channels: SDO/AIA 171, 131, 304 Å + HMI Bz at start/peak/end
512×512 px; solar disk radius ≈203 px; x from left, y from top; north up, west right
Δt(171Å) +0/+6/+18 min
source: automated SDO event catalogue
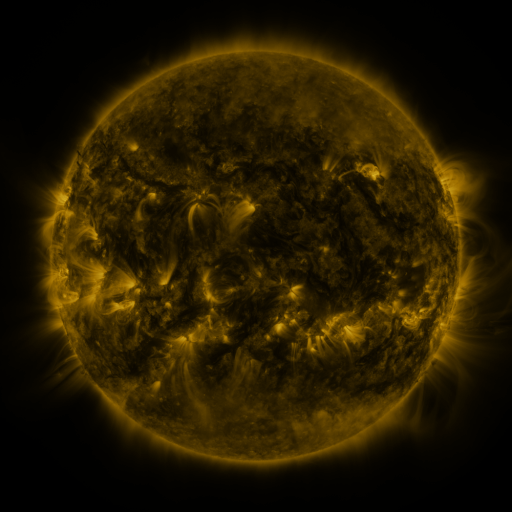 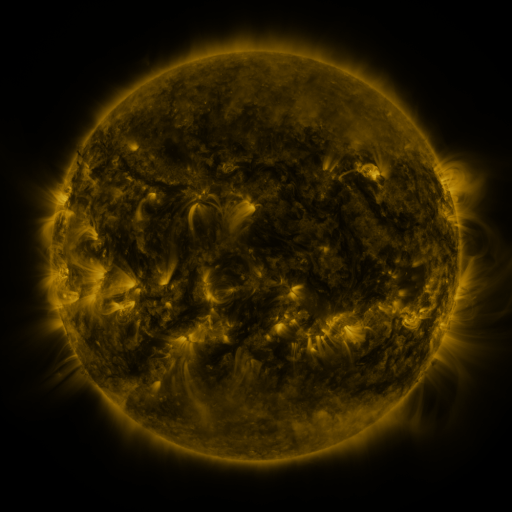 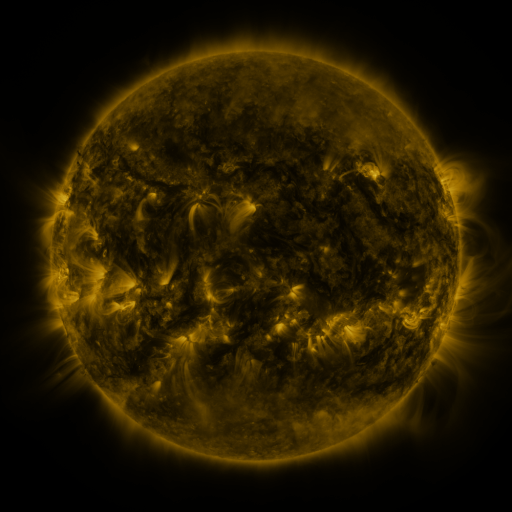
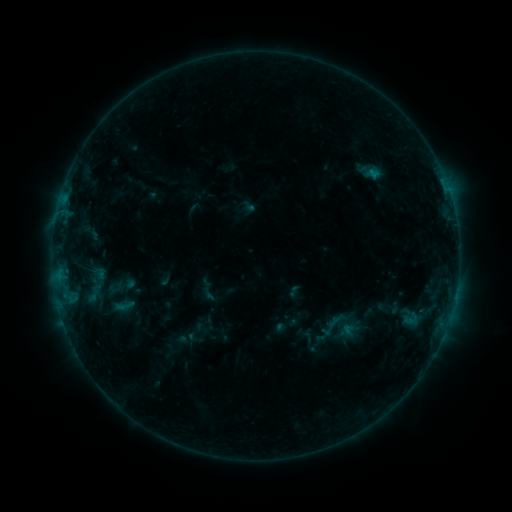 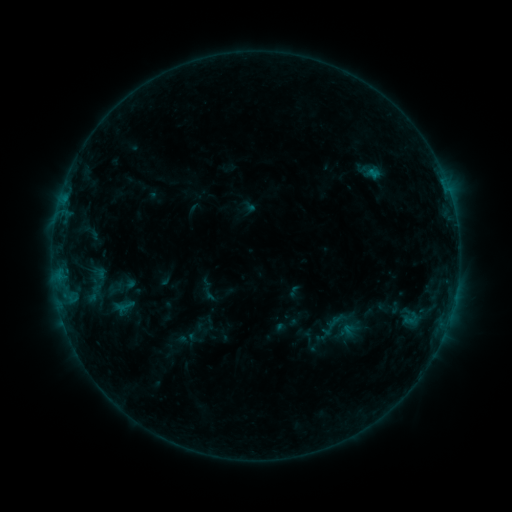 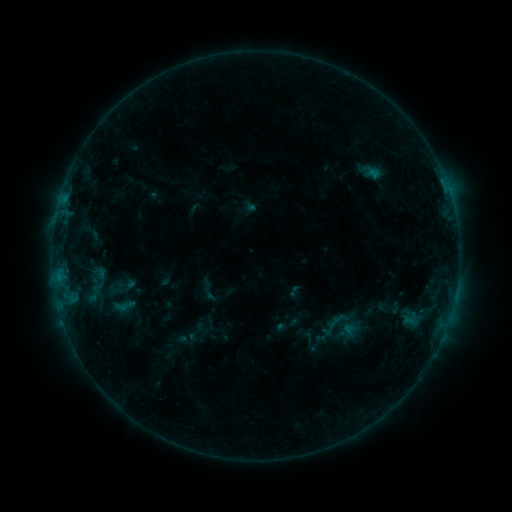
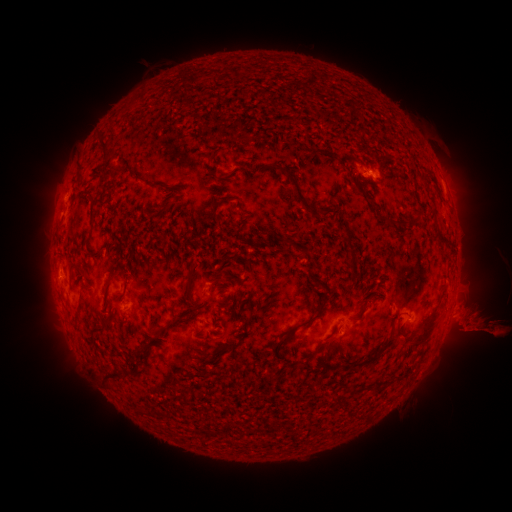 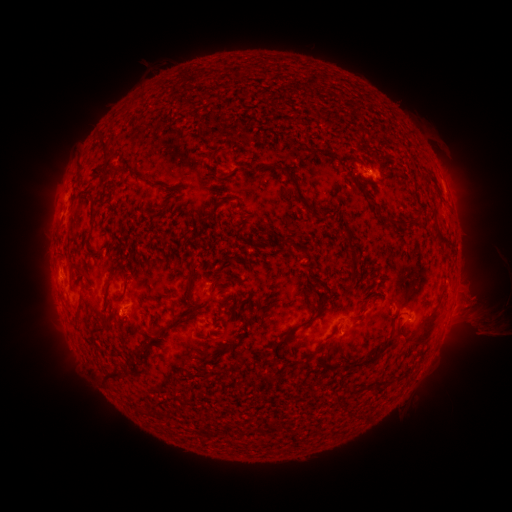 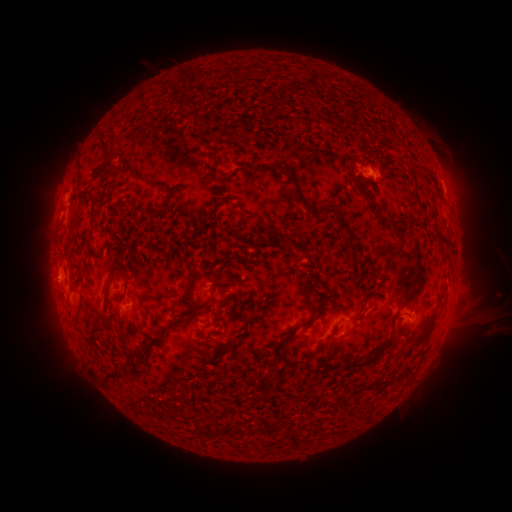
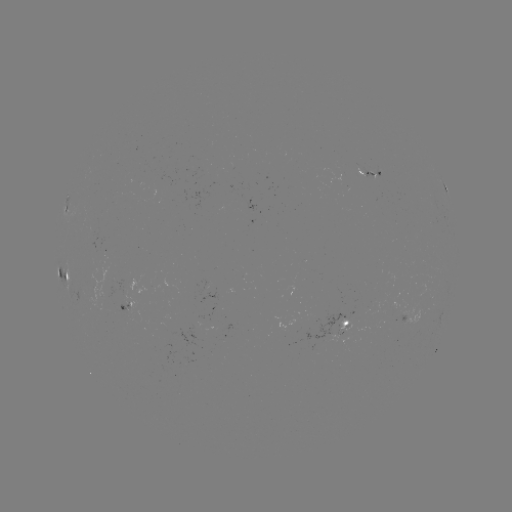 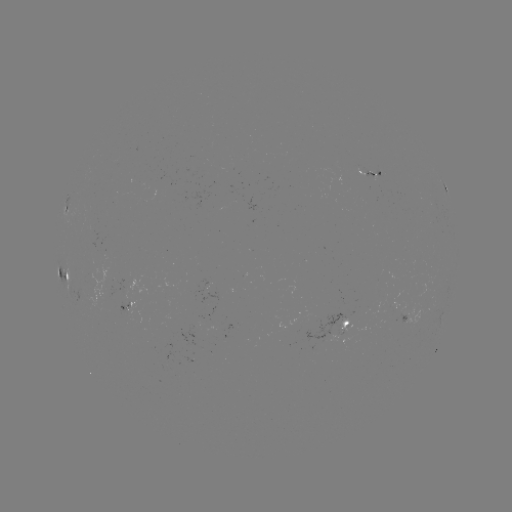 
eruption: [437, 282, 511, 359]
